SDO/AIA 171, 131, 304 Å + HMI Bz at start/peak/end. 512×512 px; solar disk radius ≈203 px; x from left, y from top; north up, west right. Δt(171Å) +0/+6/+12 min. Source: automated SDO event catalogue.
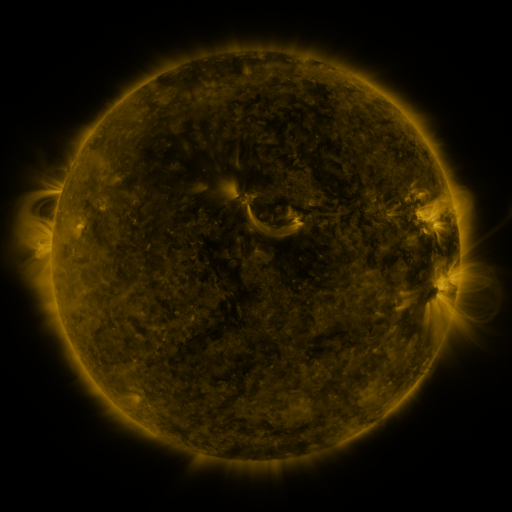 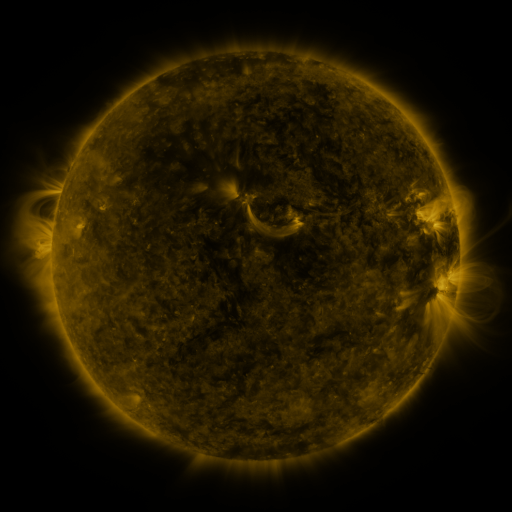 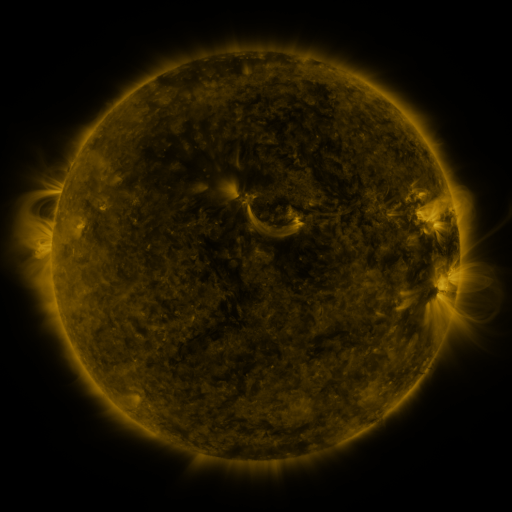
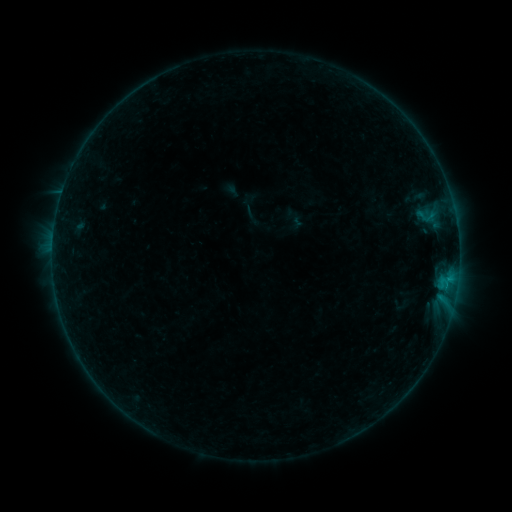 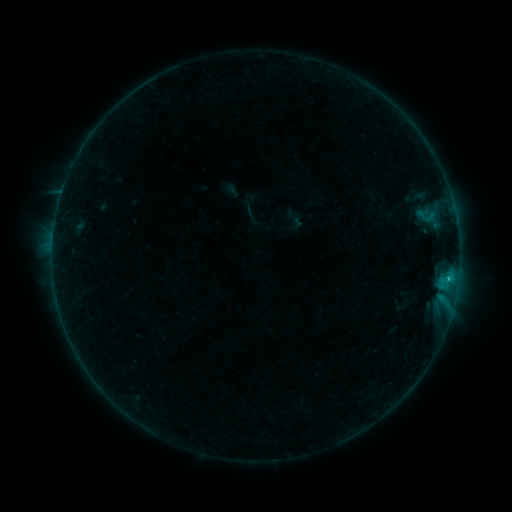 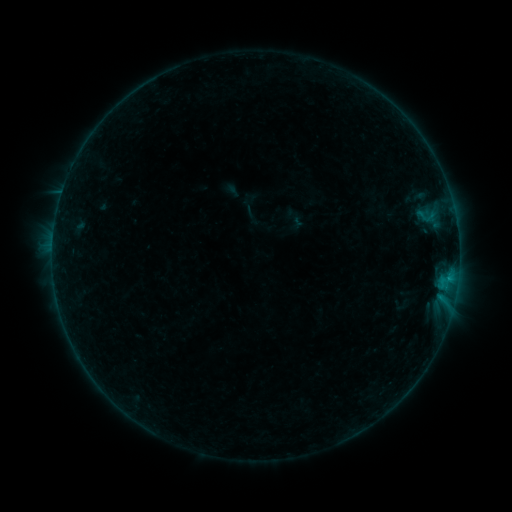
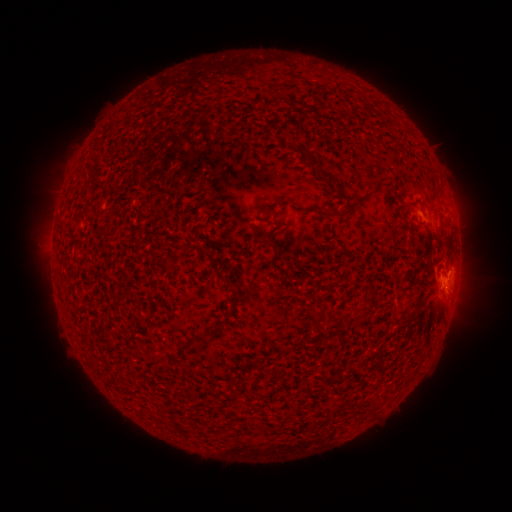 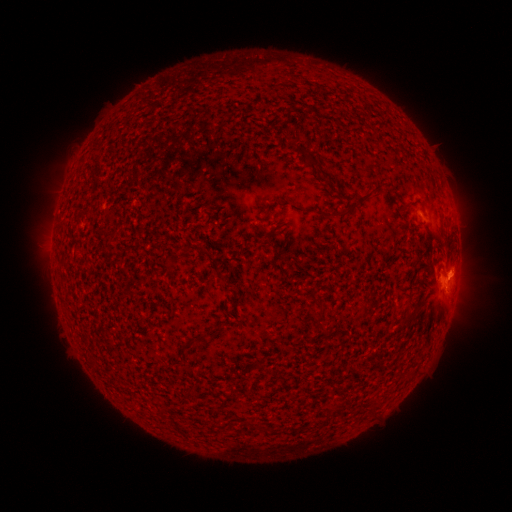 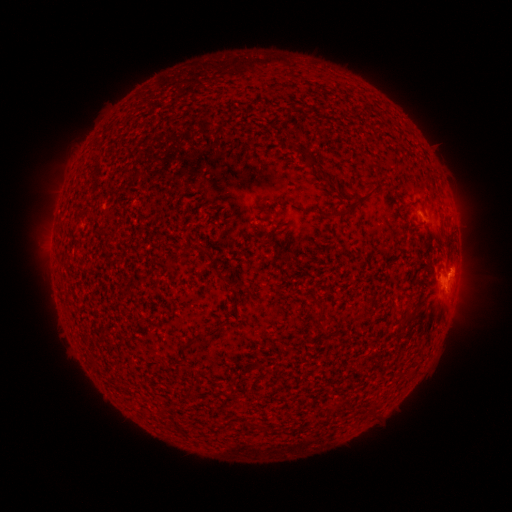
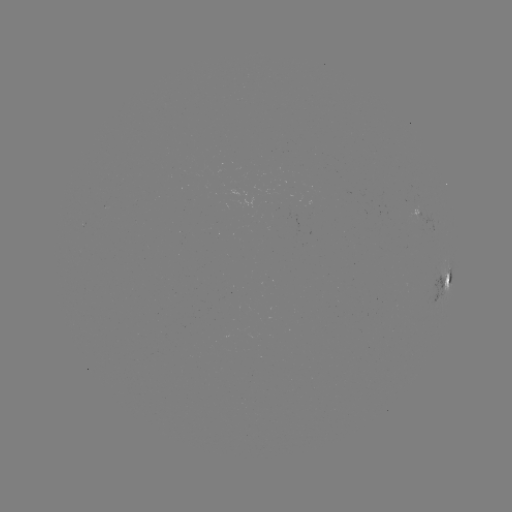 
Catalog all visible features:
B4.6 flare: (447, 278)
